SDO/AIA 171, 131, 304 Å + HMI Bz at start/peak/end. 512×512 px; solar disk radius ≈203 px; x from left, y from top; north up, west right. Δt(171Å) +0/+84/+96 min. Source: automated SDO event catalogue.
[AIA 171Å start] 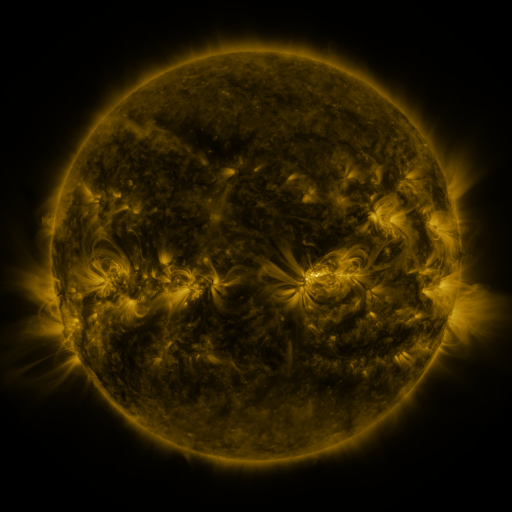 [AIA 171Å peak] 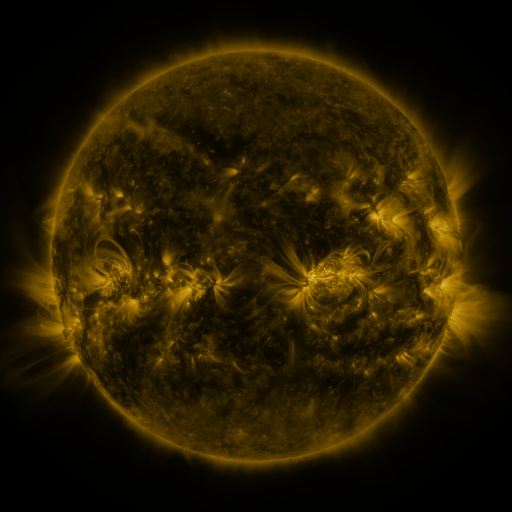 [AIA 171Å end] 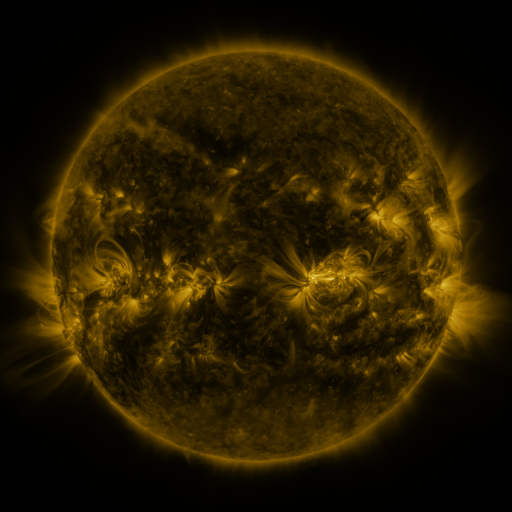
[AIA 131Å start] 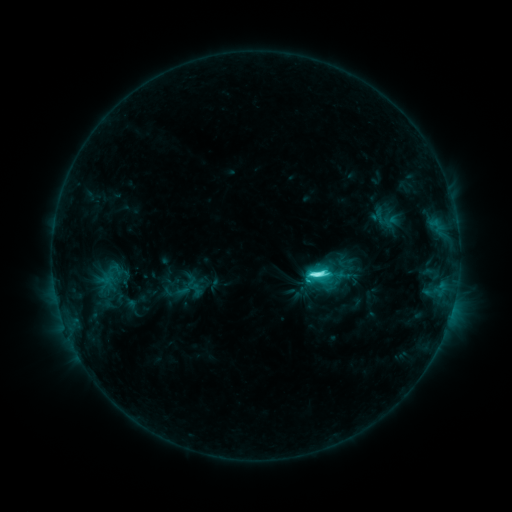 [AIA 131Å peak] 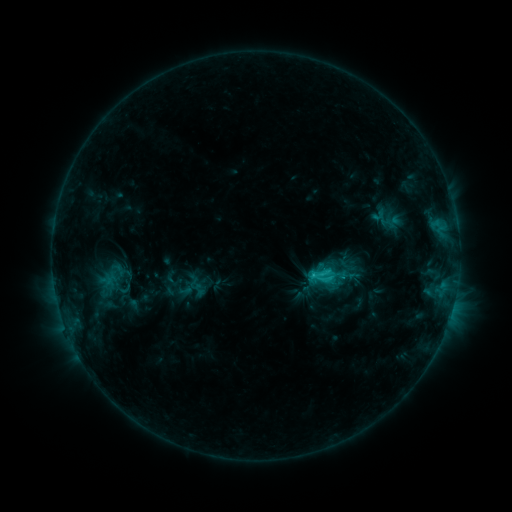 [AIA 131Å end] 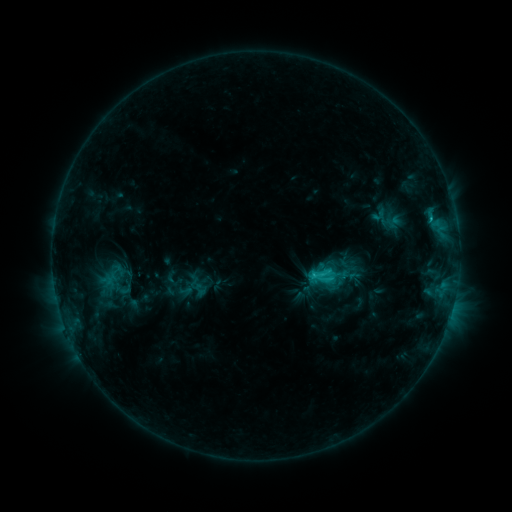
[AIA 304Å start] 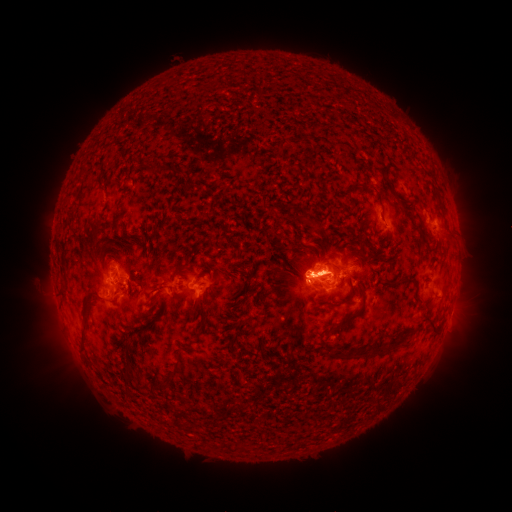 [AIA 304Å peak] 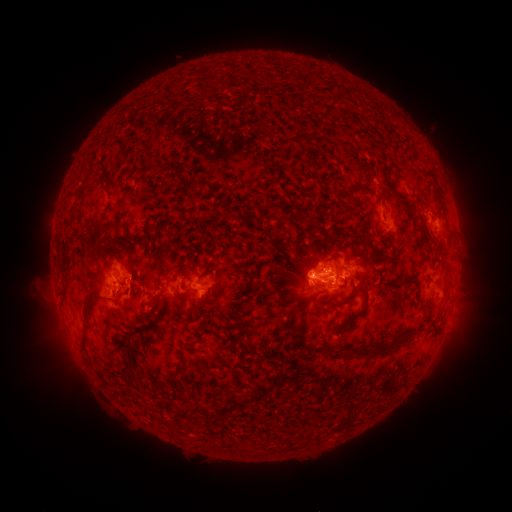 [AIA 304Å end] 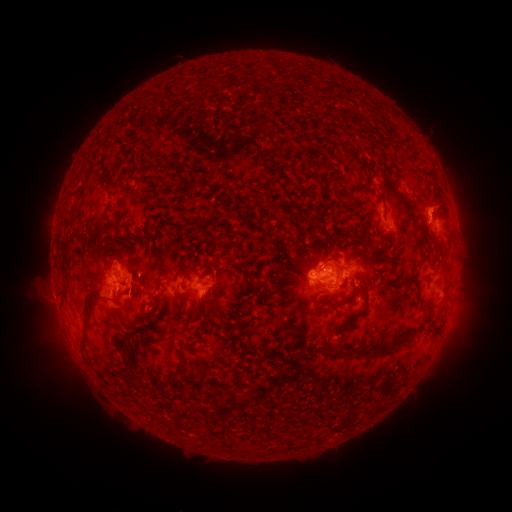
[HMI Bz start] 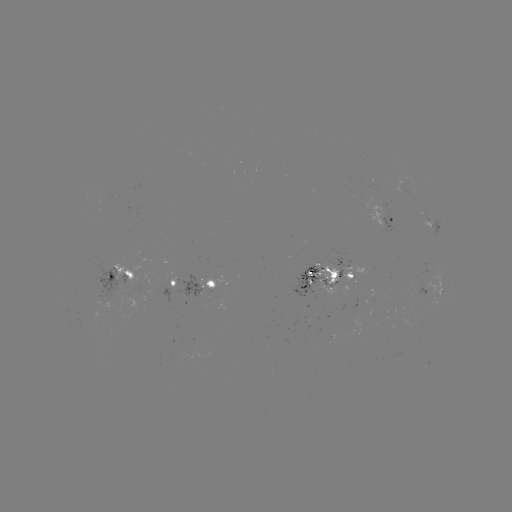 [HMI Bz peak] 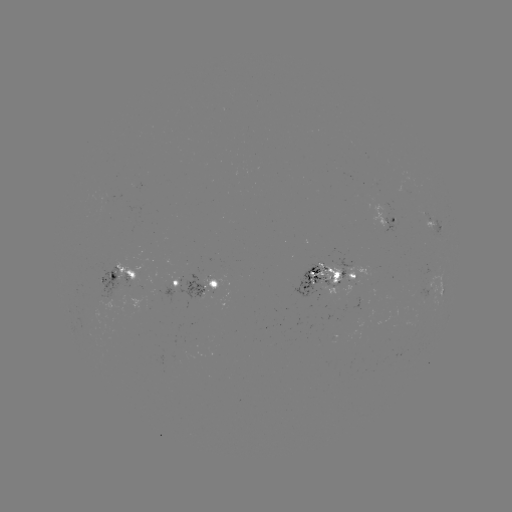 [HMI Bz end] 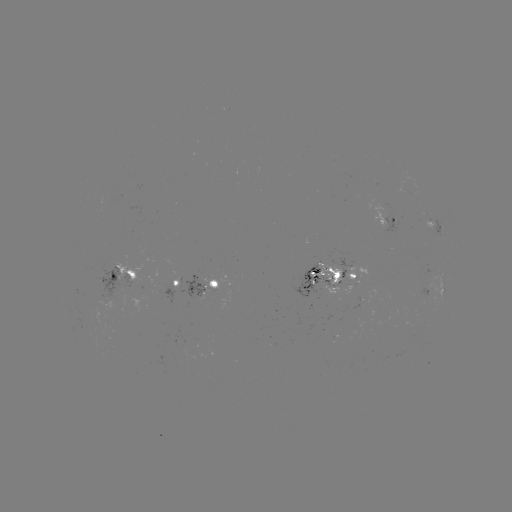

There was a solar emerging-flux region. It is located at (331, 279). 